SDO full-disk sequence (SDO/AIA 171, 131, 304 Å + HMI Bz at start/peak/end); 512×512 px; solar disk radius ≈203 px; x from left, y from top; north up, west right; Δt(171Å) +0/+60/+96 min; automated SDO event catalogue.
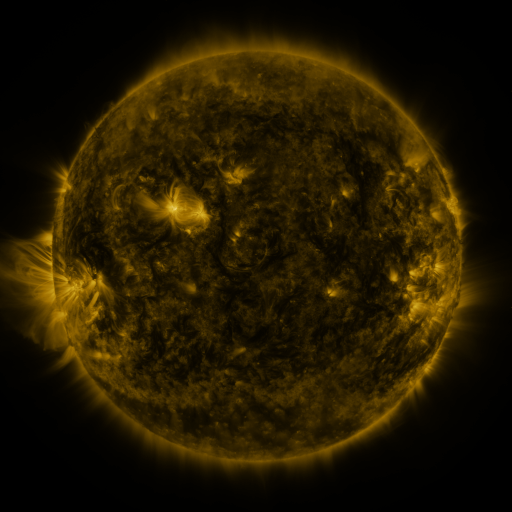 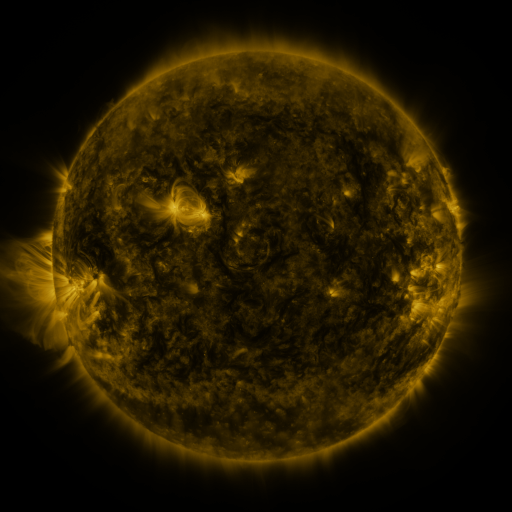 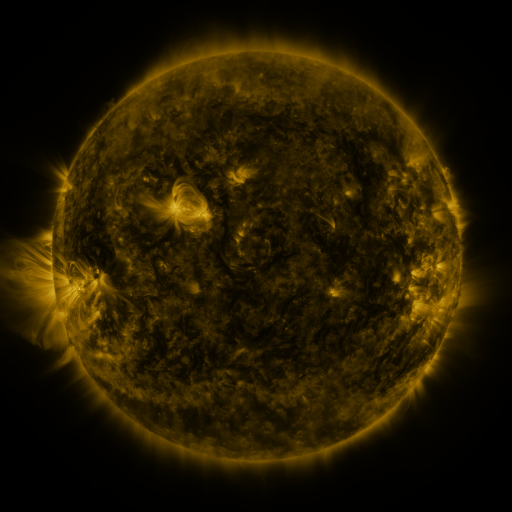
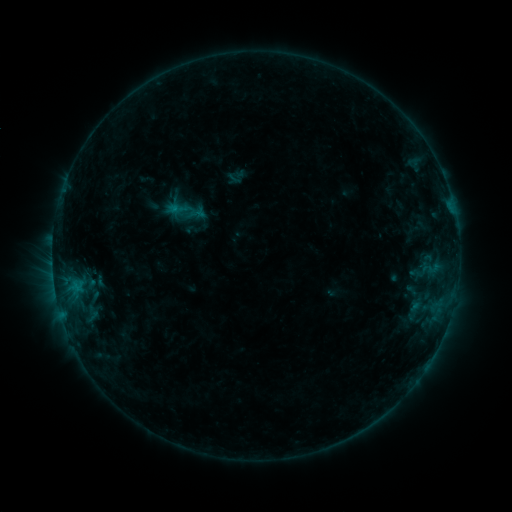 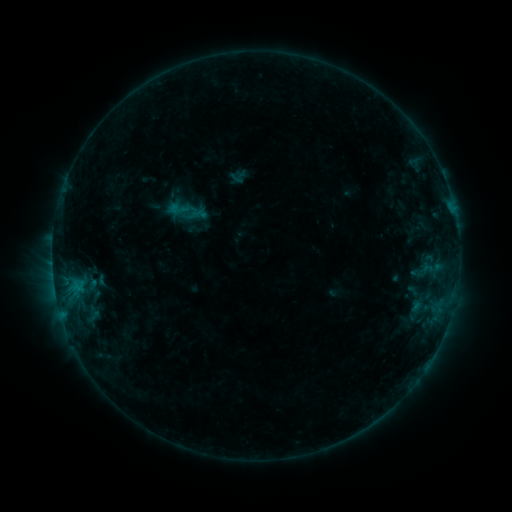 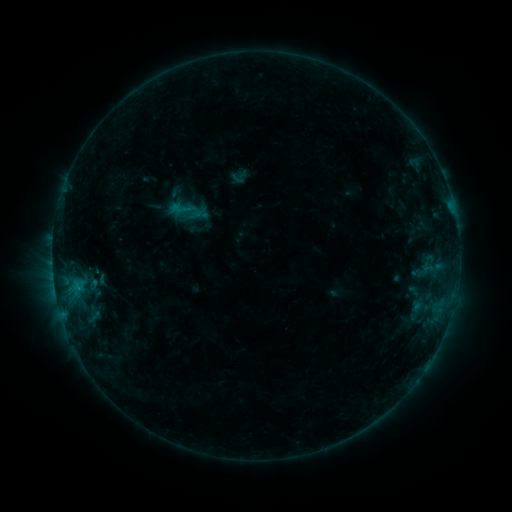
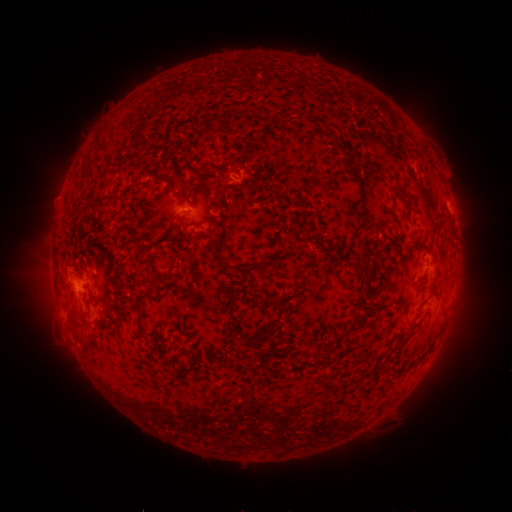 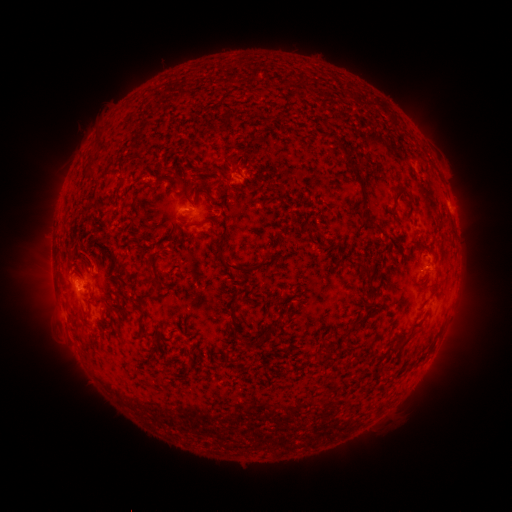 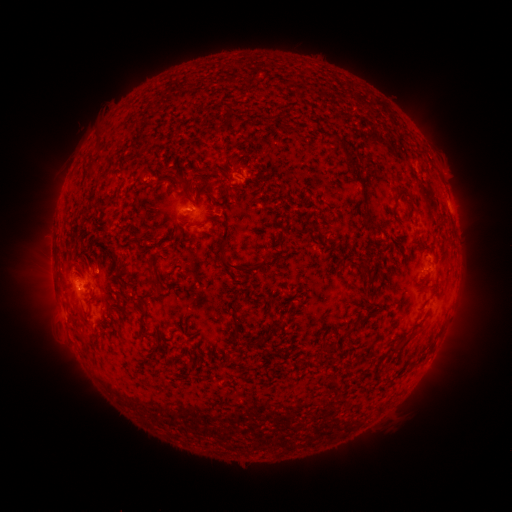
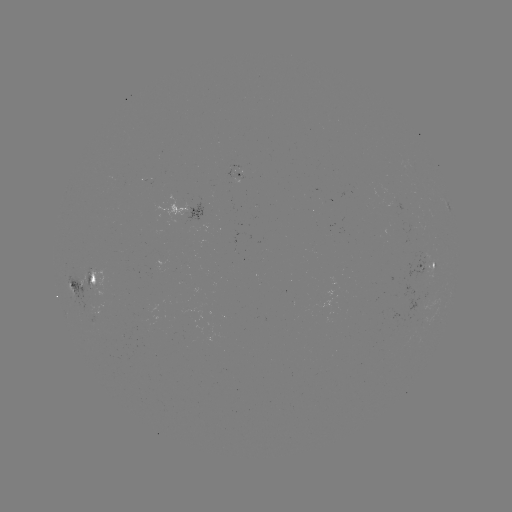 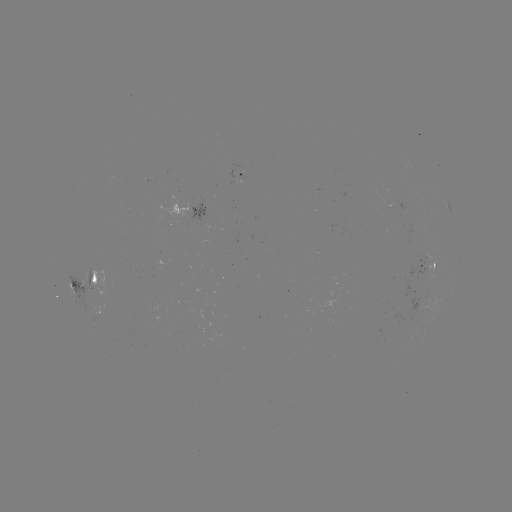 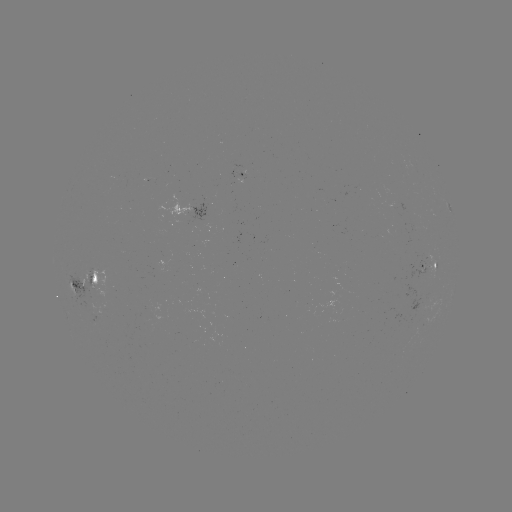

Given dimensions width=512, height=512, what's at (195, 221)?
emerging-flux region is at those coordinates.